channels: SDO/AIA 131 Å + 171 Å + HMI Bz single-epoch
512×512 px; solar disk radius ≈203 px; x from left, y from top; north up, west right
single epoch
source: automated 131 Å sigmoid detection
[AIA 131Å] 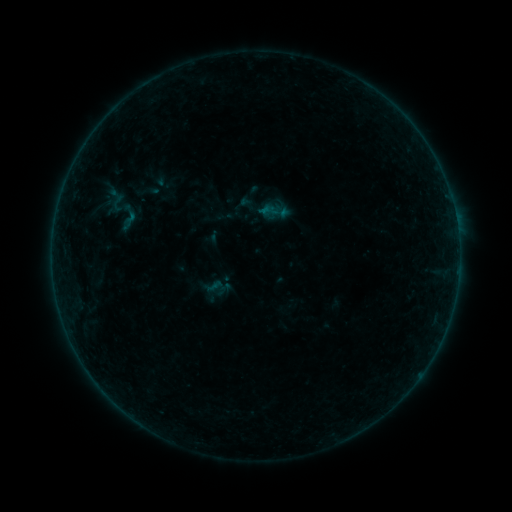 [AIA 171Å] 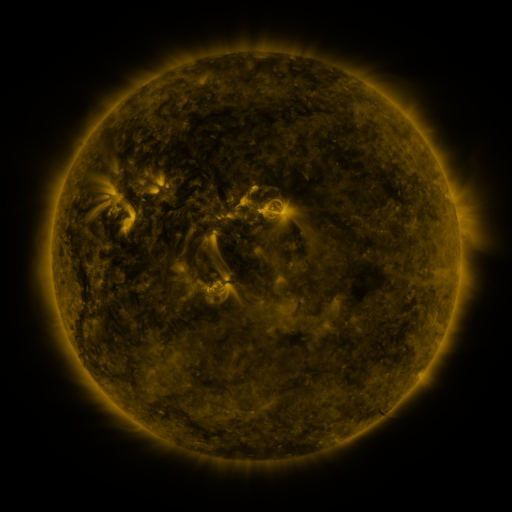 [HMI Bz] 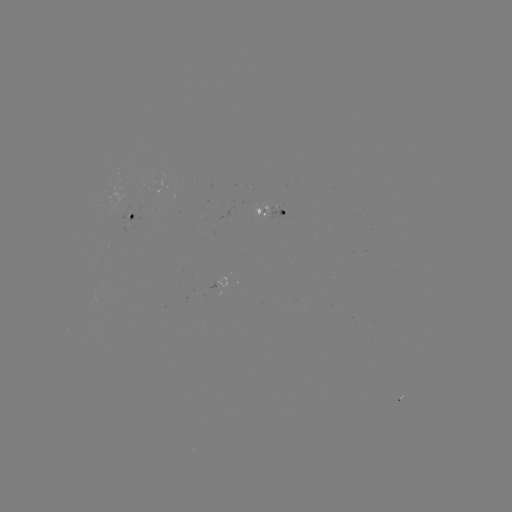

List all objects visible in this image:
sigmoid: (118, 203)
sigmoid: (127, 217)
